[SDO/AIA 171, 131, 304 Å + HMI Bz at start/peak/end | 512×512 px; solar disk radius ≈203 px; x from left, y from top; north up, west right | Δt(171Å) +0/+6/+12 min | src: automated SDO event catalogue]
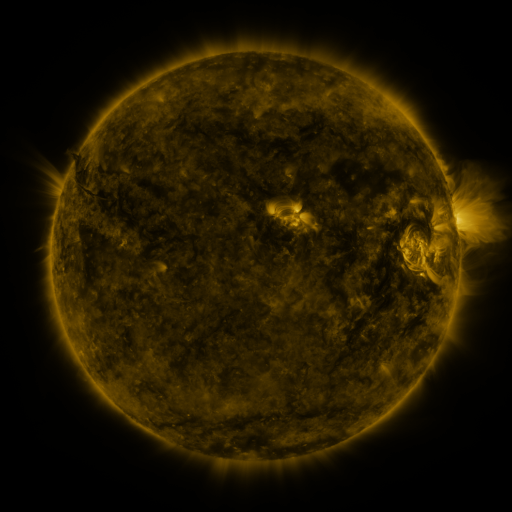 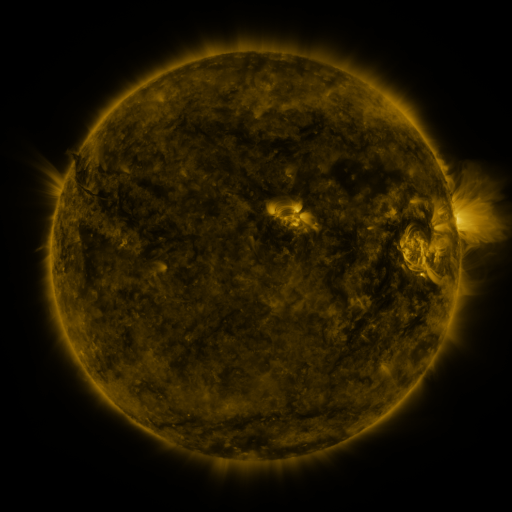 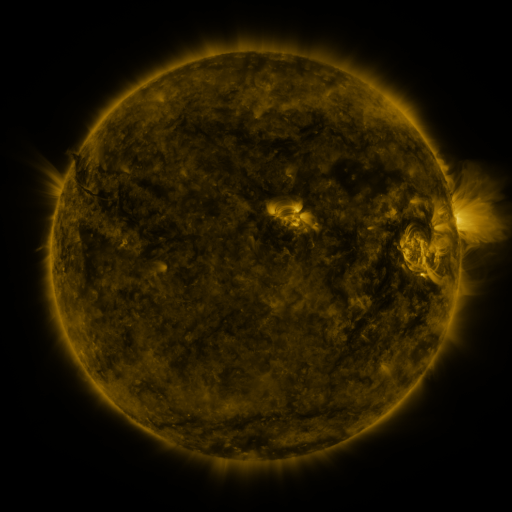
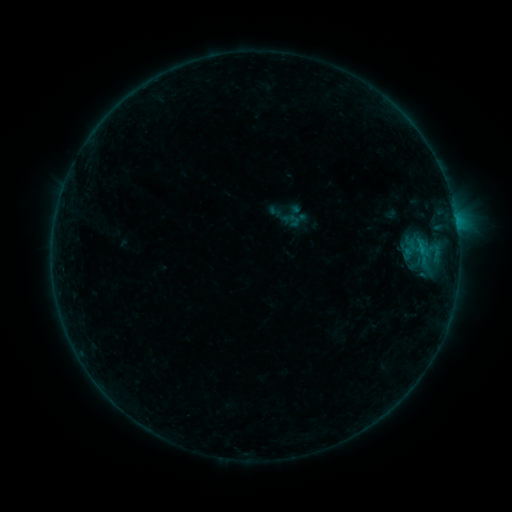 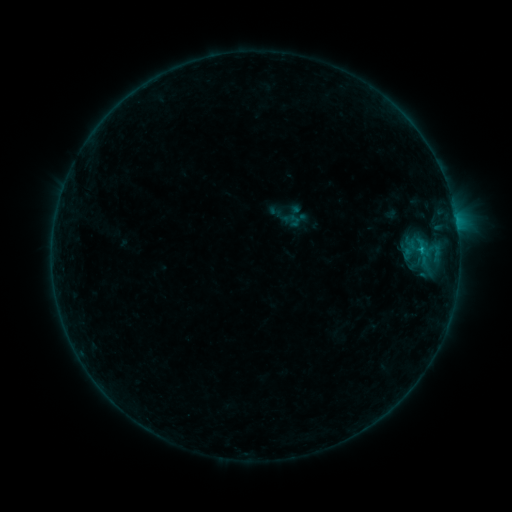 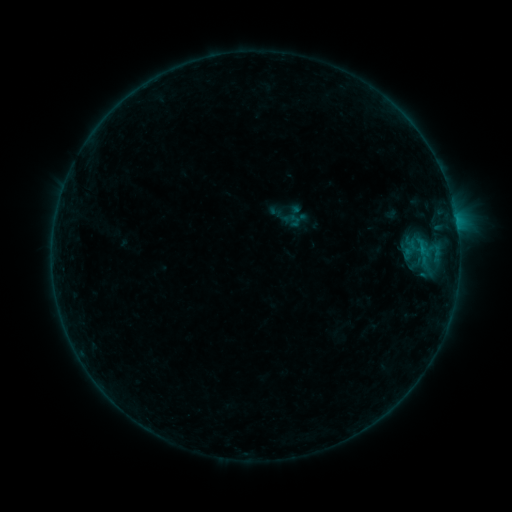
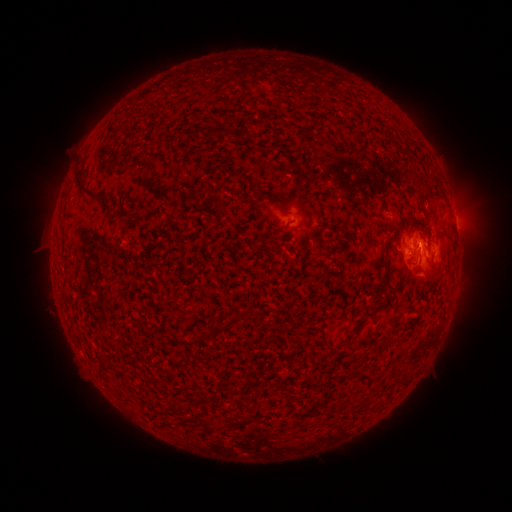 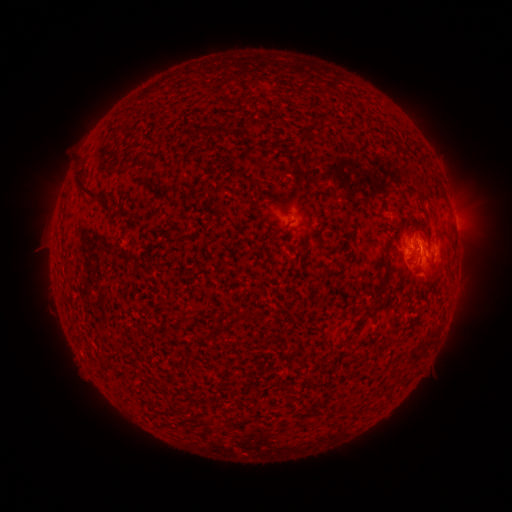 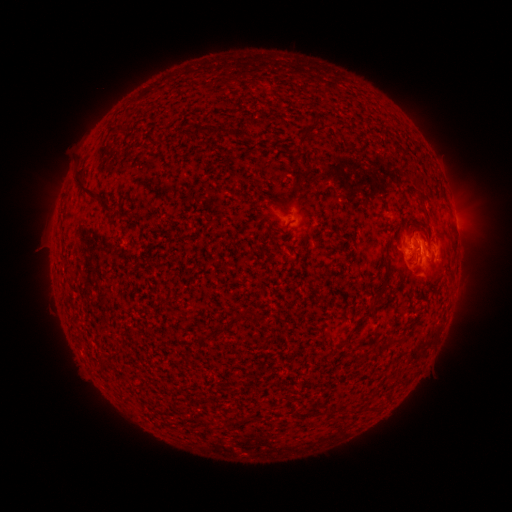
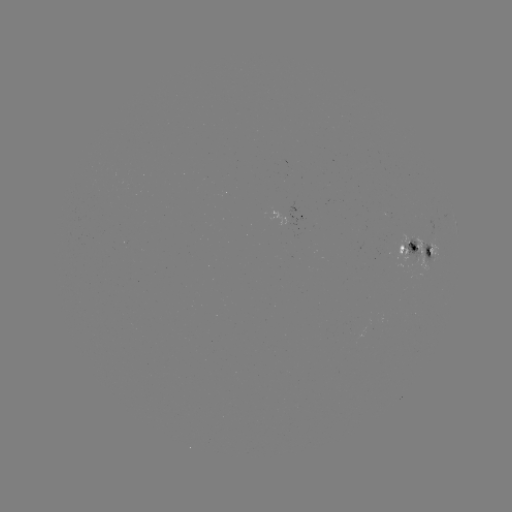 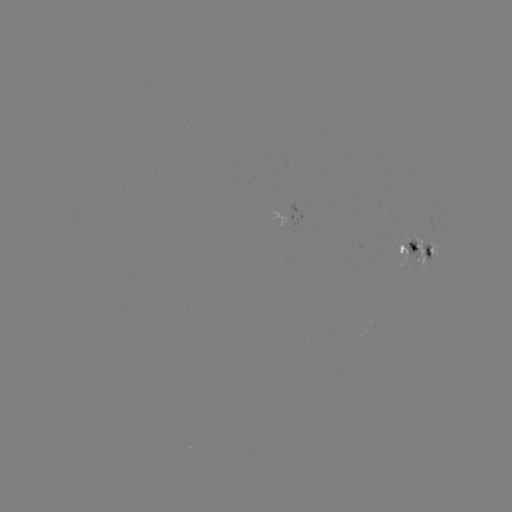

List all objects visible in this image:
B4.6 flare: (420, 252)
